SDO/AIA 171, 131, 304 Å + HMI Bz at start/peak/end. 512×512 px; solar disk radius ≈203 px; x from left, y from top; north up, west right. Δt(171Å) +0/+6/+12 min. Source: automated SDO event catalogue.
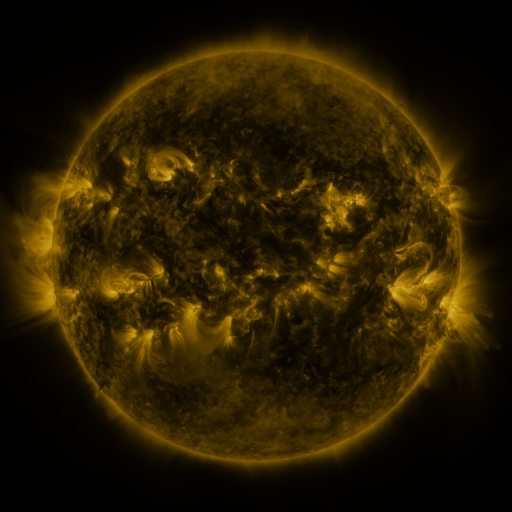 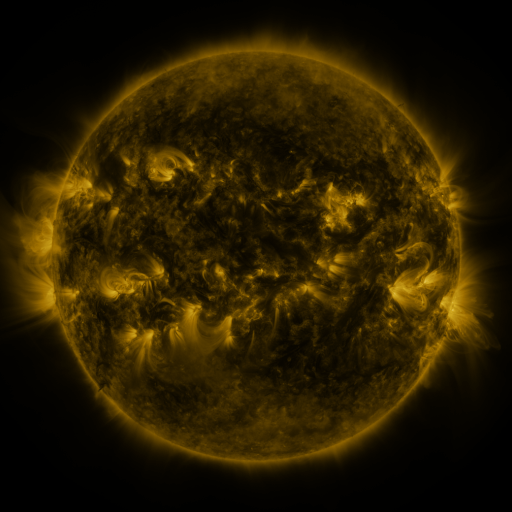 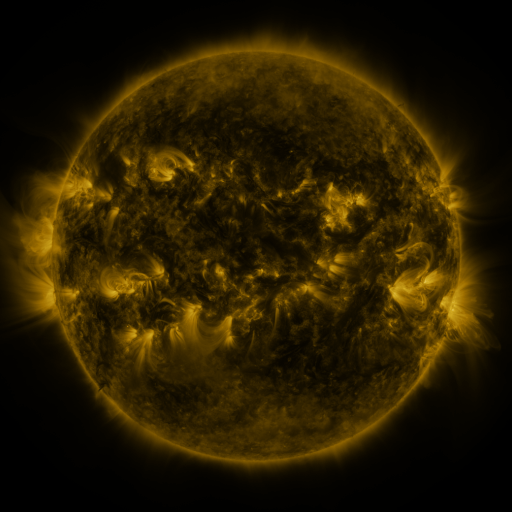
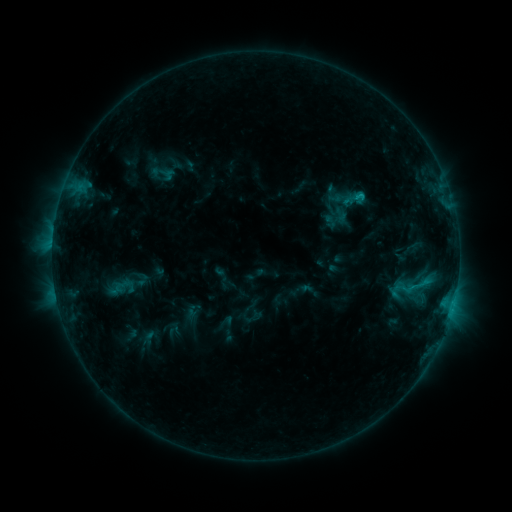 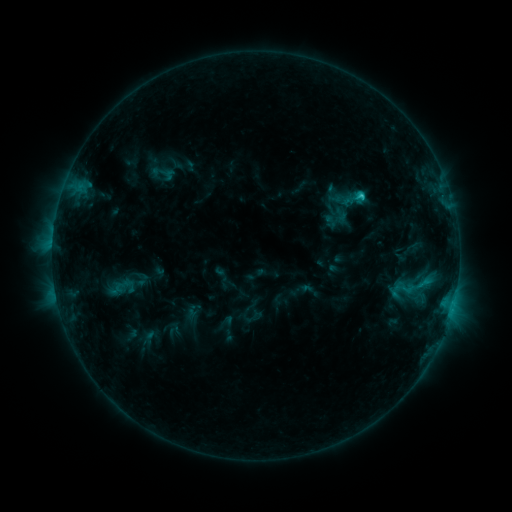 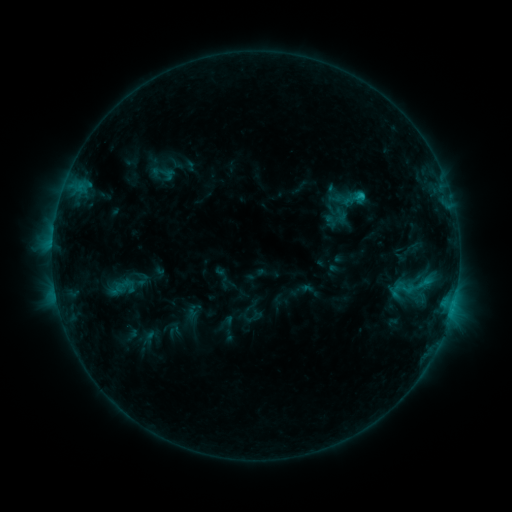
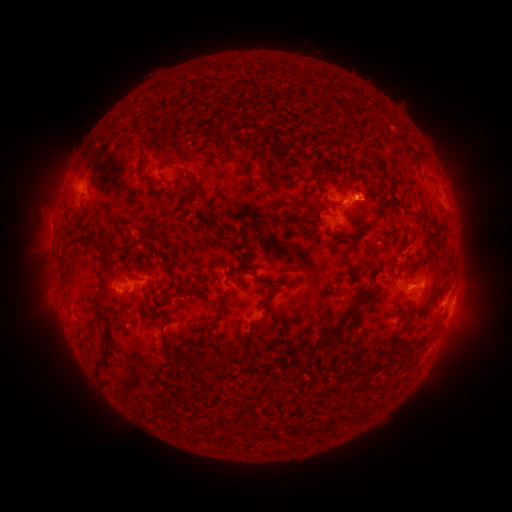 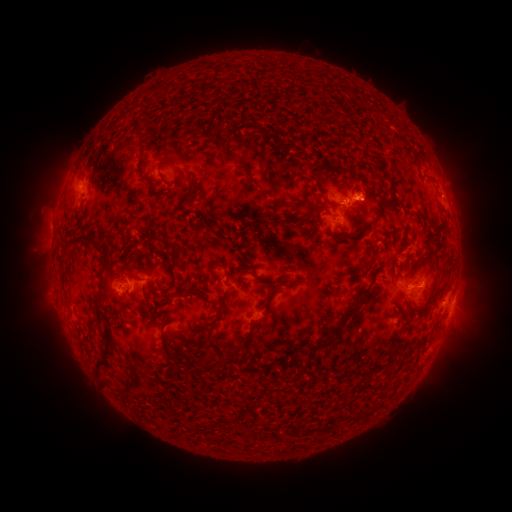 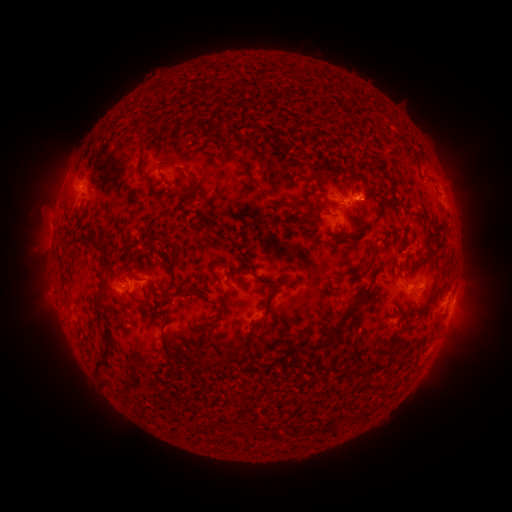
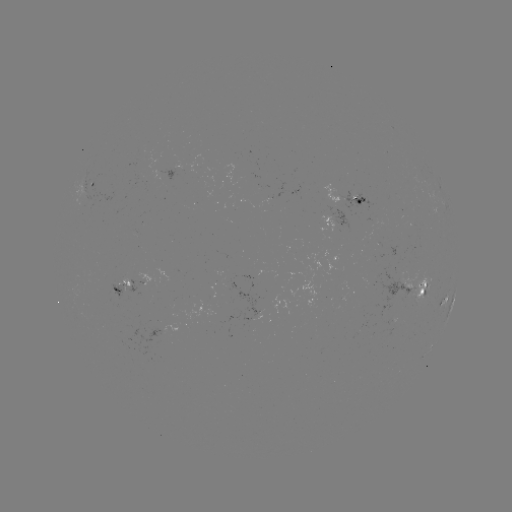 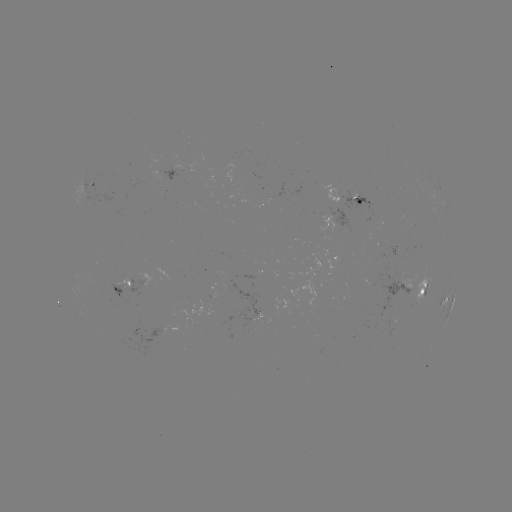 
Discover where C1.5 flare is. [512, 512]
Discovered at [359, 197].